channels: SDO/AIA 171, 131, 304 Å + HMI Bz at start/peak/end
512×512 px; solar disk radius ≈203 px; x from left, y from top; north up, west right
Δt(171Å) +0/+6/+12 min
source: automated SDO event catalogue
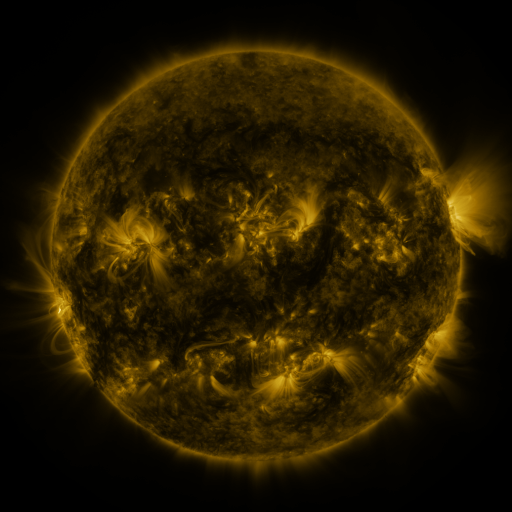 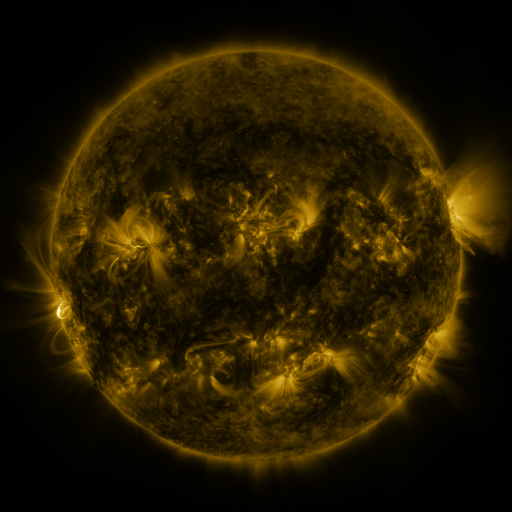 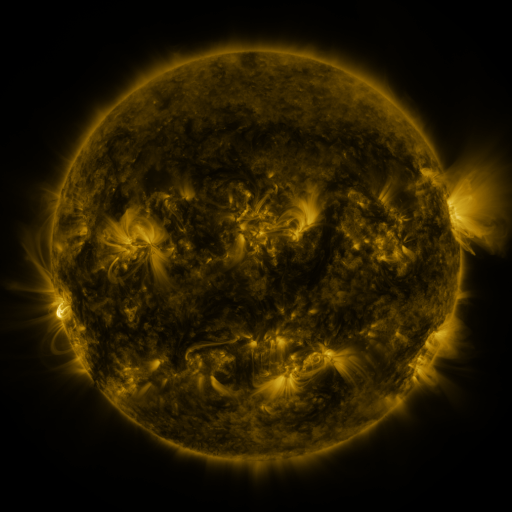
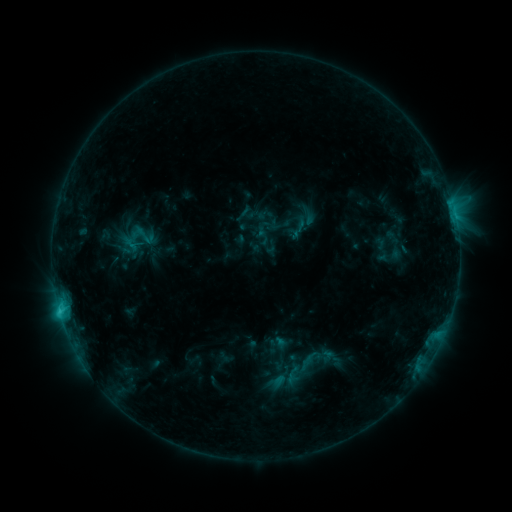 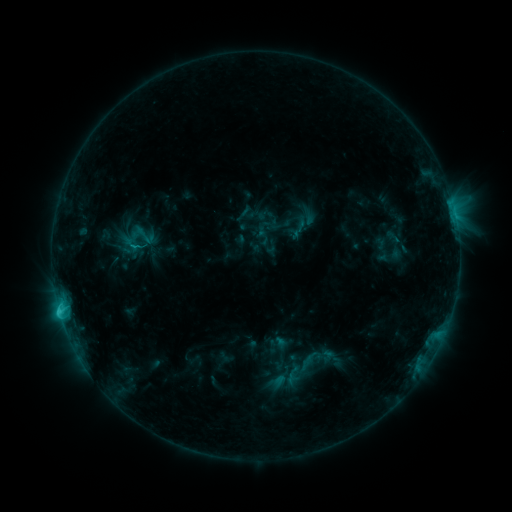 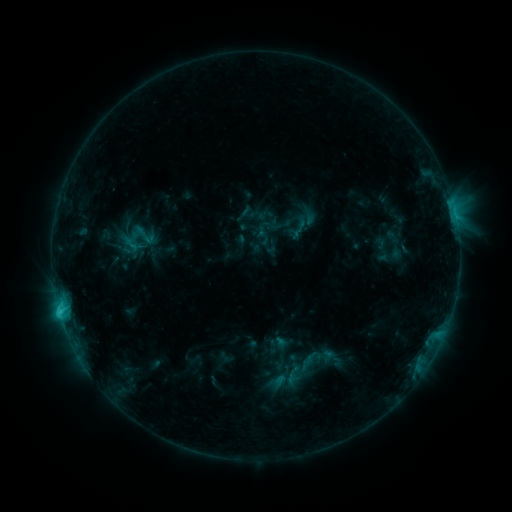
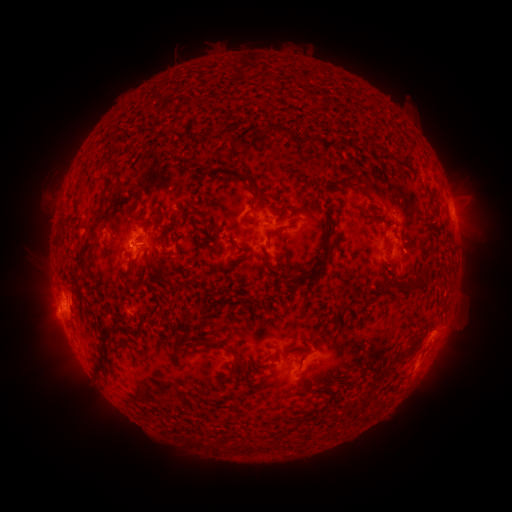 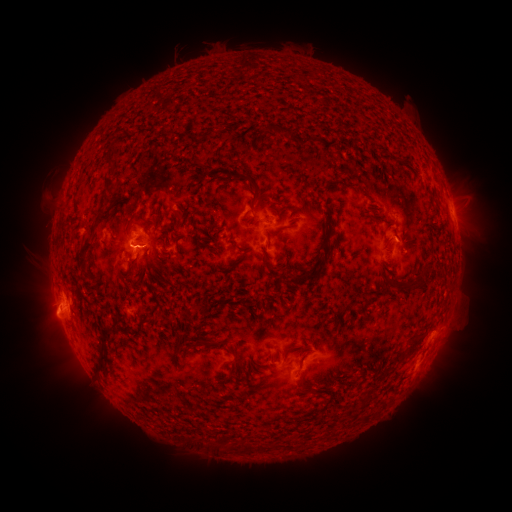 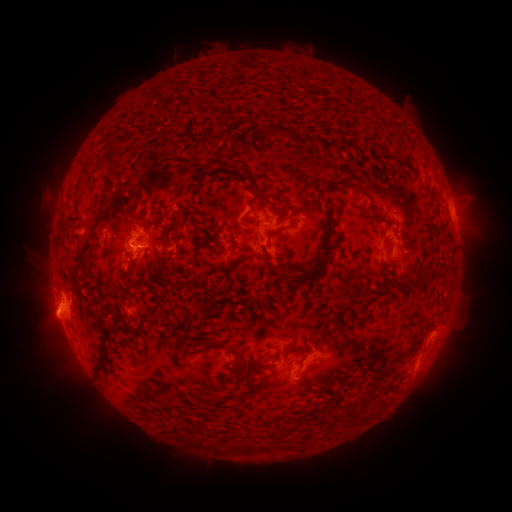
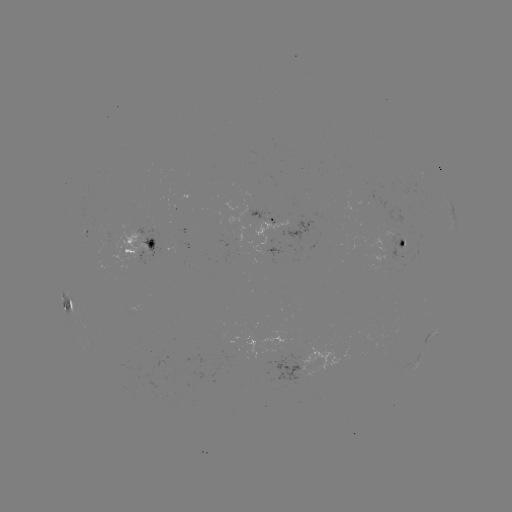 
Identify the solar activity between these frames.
eruption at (150, 250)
